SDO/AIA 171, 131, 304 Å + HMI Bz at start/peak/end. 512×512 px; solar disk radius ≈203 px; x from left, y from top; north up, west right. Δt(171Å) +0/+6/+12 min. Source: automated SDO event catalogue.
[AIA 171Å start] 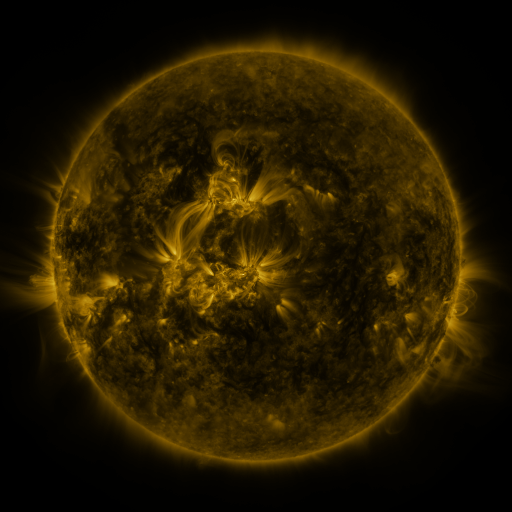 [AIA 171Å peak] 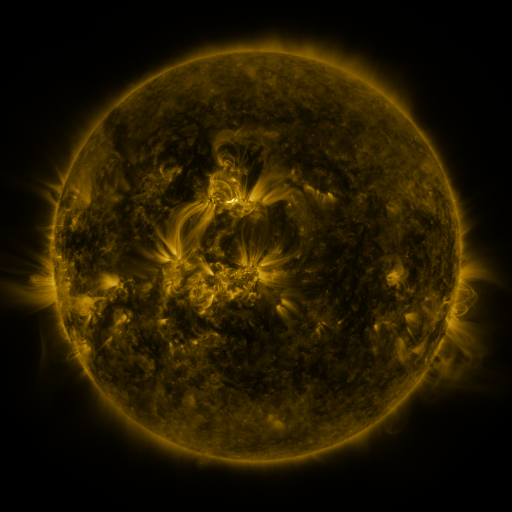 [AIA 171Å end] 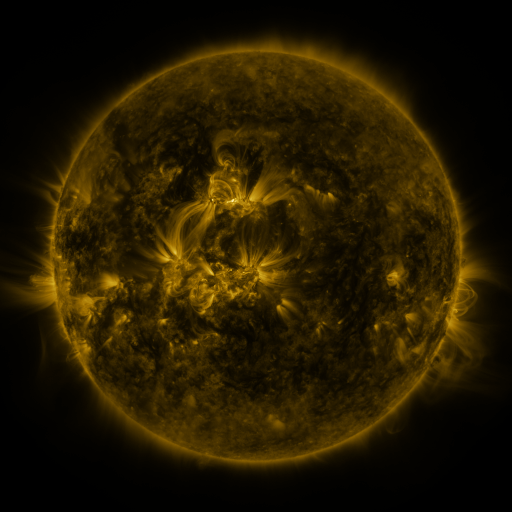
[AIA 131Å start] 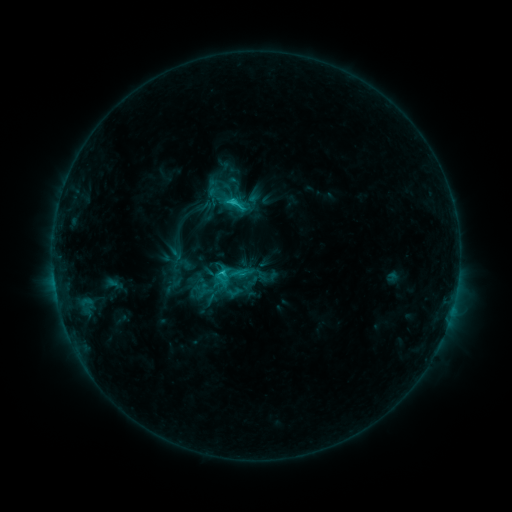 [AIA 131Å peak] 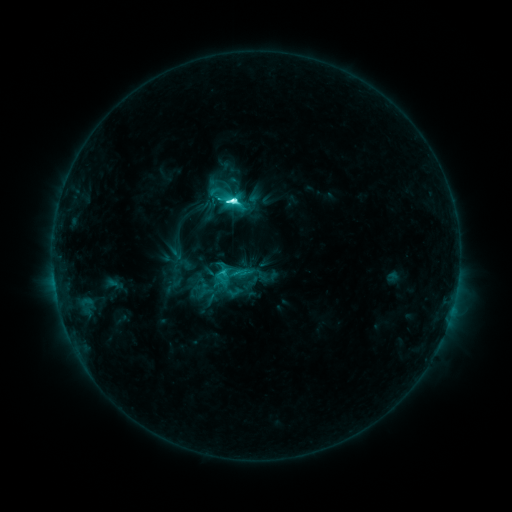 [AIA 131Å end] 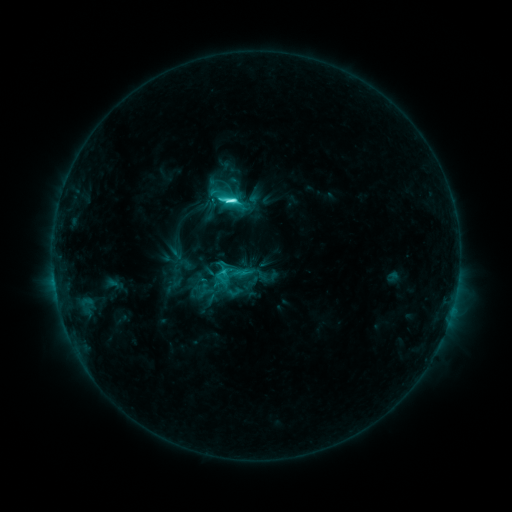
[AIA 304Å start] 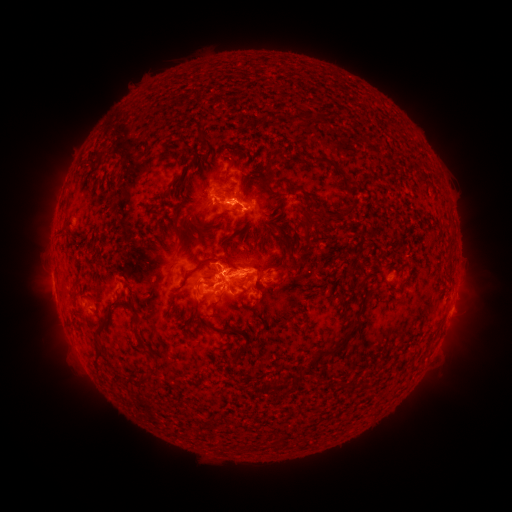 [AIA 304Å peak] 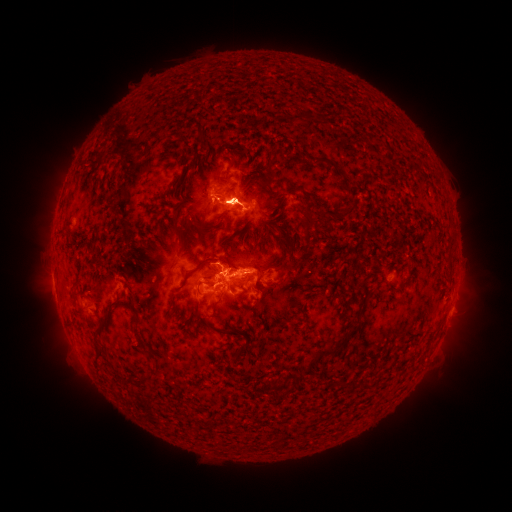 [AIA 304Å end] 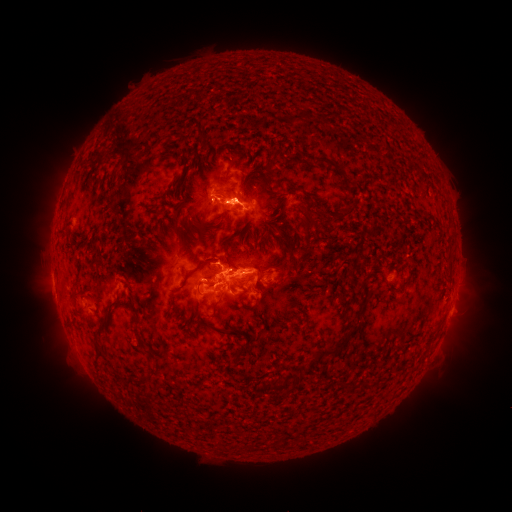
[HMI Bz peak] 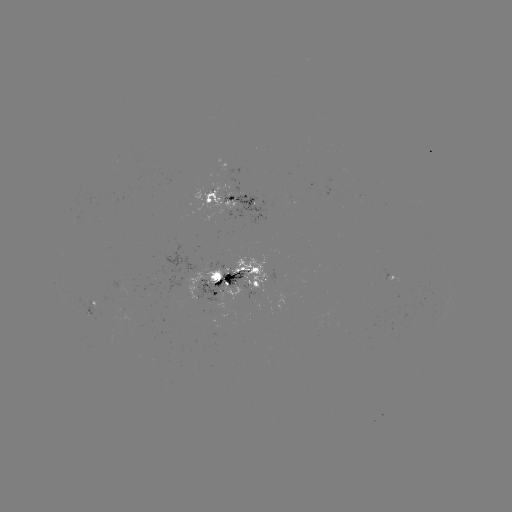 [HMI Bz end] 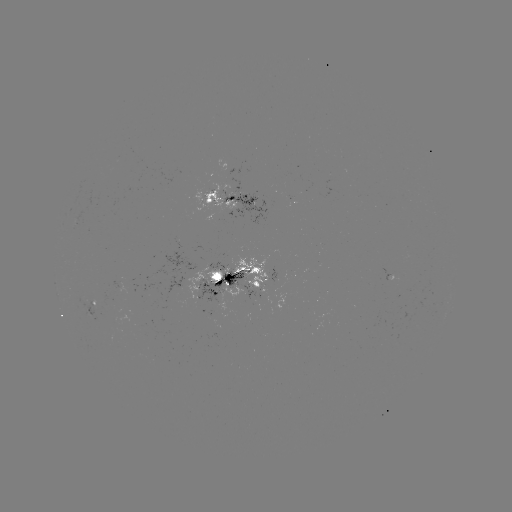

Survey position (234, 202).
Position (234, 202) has M1.0 flare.